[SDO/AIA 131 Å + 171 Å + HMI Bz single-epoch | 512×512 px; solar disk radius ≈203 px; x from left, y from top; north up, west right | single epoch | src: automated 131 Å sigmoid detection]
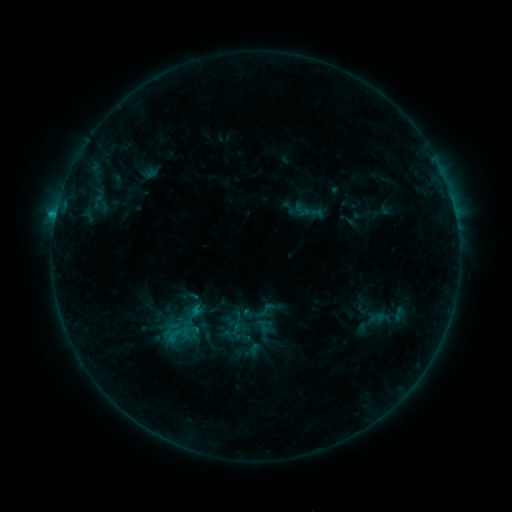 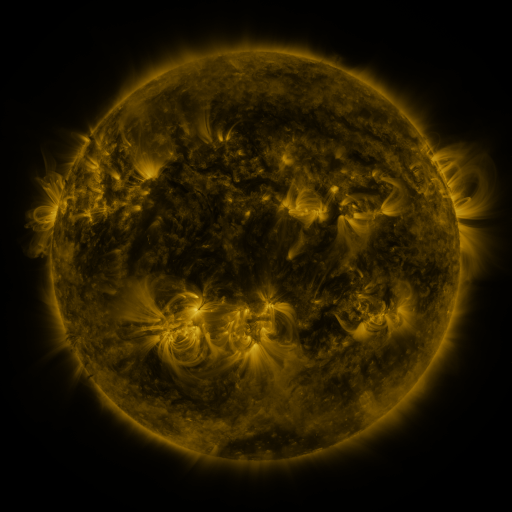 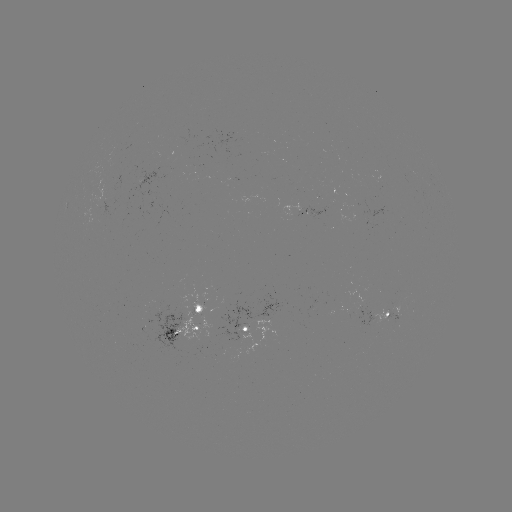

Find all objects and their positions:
sigmoid: <bbox>254, 299, 276, 321</bbox>
sigmoid: <bbox>256, 318, 271, 334</bbox>
sigmoid: <bbox>159, 321, 193, 346</bbox>
